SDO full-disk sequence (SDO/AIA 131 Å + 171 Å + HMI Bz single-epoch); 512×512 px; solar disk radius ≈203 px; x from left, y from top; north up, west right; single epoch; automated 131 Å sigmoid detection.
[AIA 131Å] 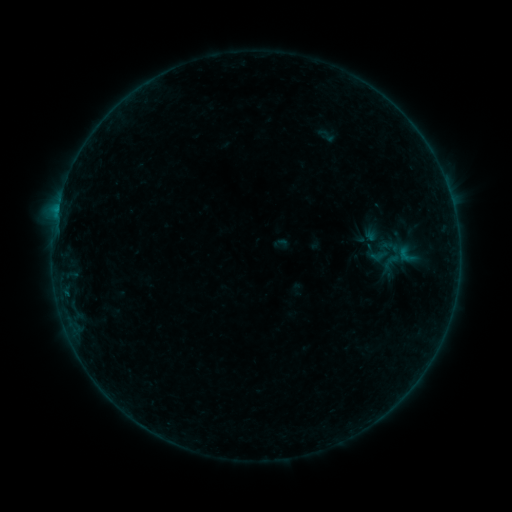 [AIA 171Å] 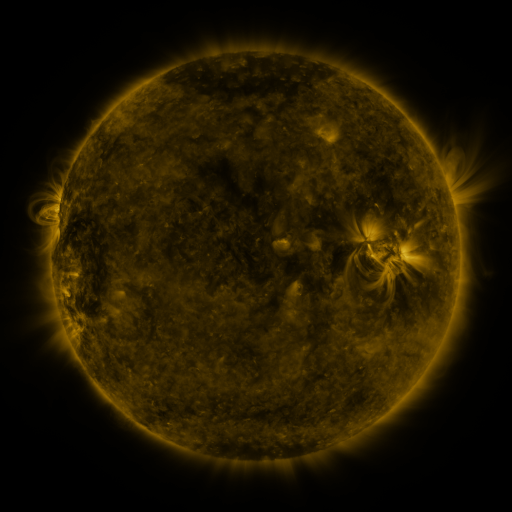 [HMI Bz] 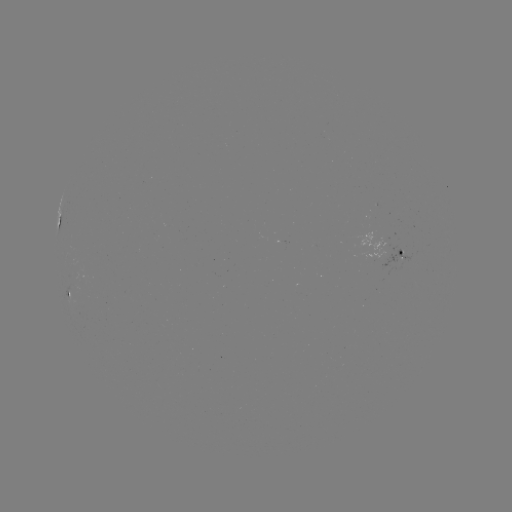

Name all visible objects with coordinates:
sigmoid: [311, 126, 344, 145]
sigmoid: [395, 244, 418, 265]
